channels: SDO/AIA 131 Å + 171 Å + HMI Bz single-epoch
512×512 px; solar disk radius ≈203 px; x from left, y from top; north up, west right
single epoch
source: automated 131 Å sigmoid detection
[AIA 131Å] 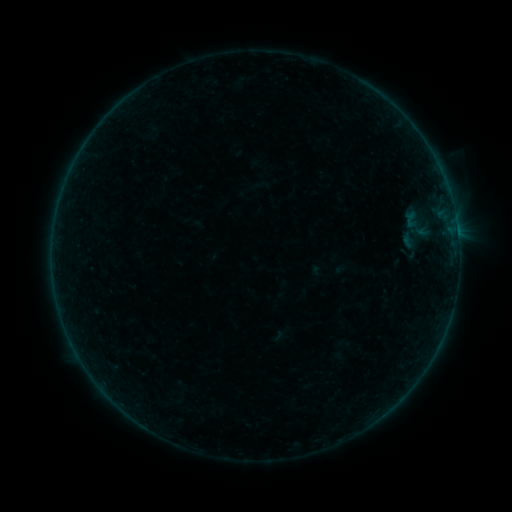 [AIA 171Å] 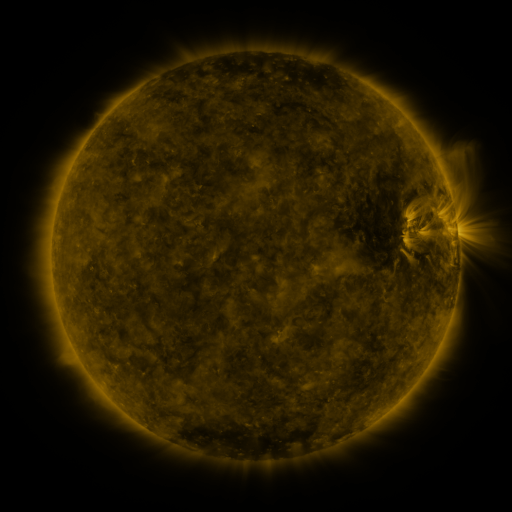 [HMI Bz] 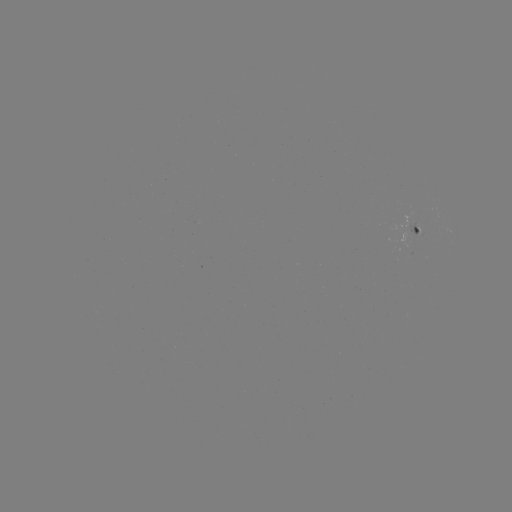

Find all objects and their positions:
sigmoid: <bbox>394, 204, 437, 245</bbox>
